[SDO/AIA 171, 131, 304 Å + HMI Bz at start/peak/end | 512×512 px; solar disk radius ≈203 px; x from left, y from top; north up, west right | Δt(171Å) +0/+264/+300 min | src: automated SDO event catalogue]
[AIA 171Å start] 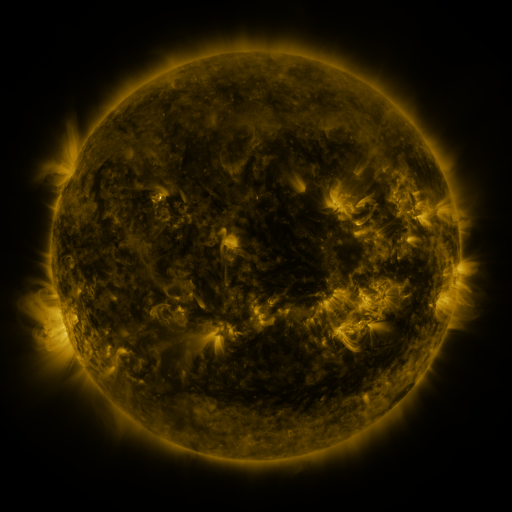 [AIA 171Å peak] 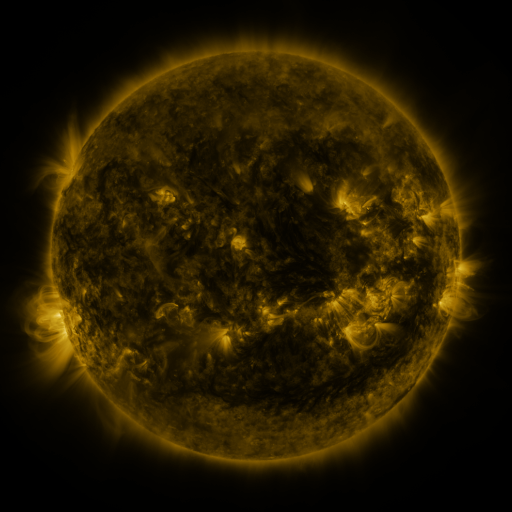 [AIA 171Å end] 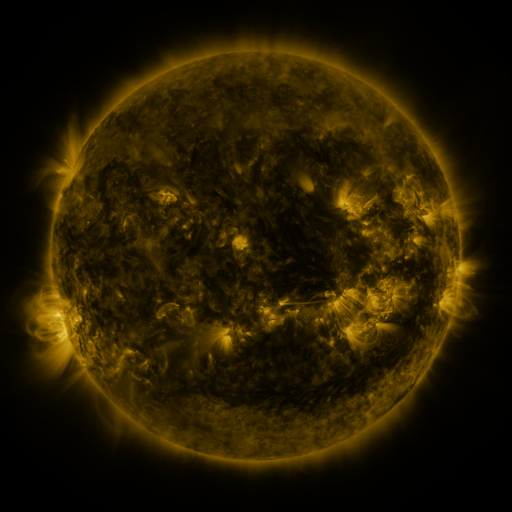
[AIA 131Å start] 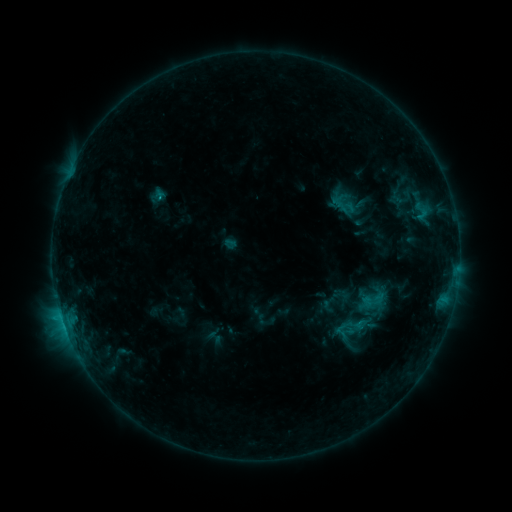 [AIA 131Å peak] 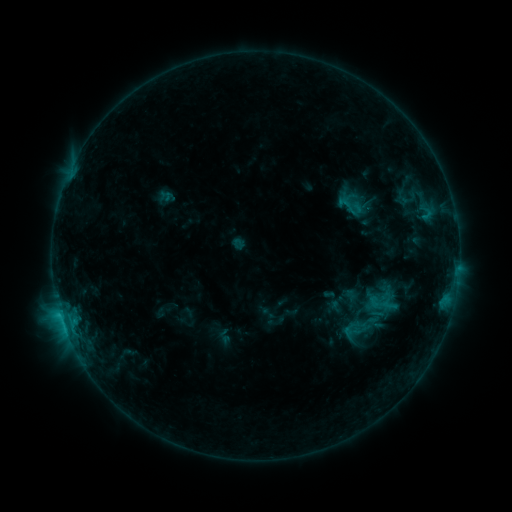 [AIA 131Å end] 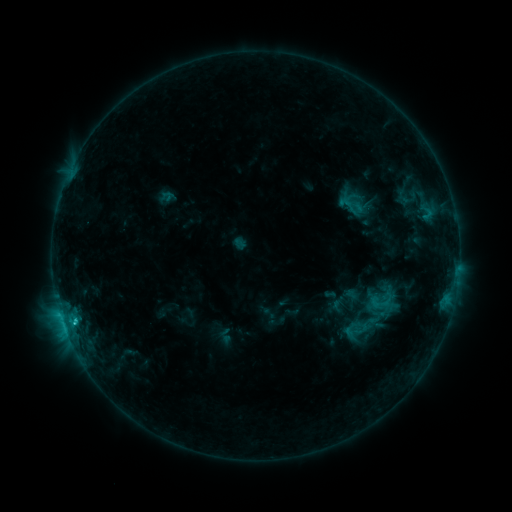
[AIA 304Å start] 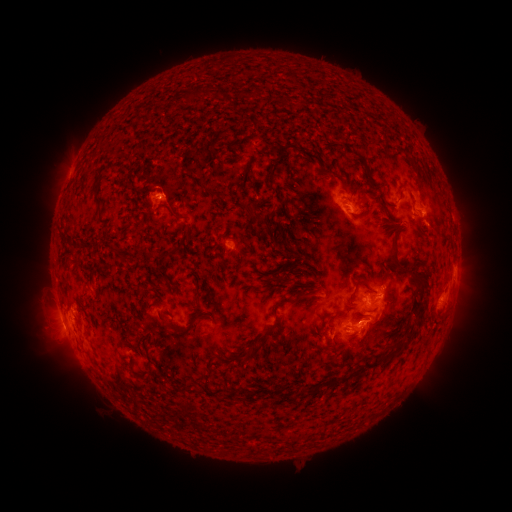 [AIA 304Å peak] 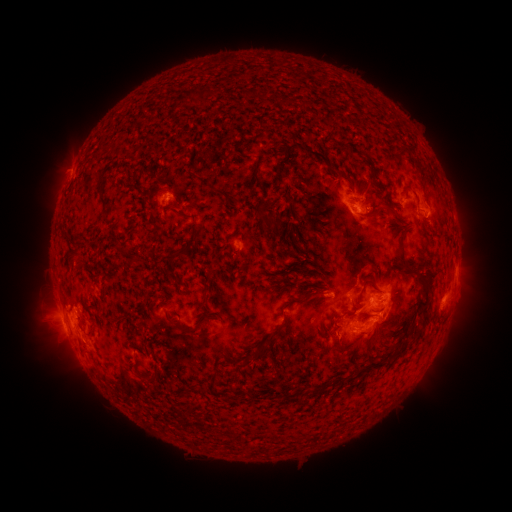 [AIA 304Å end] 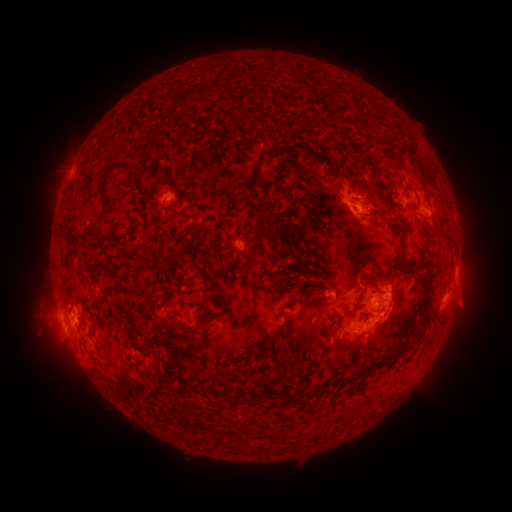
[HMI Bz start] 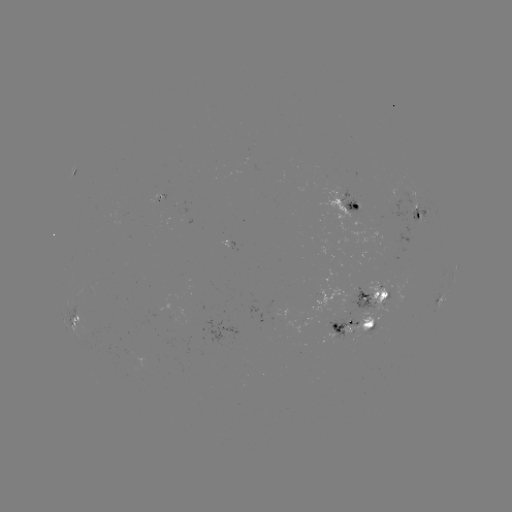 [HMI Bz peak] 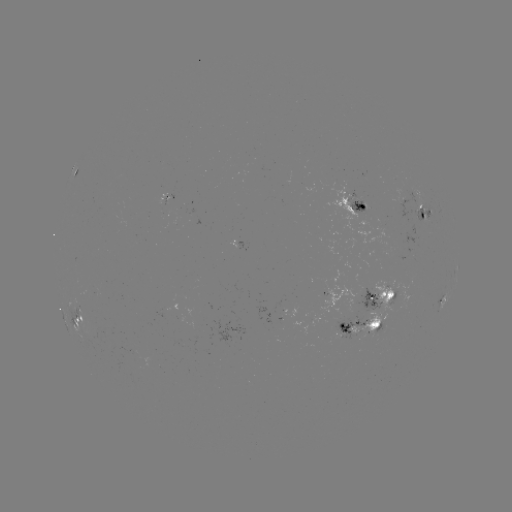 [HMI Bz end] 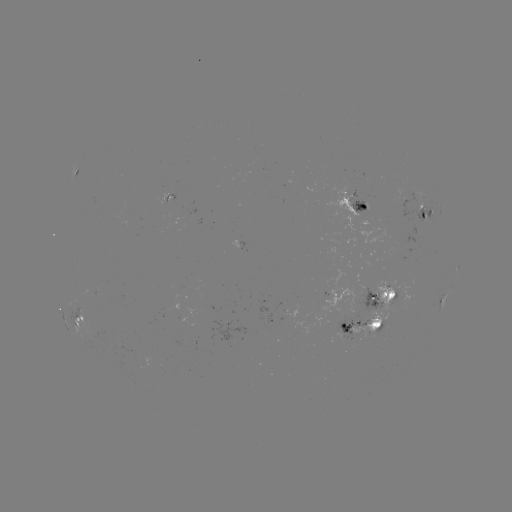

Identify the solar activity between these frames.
emerging-flux region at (364, 296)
